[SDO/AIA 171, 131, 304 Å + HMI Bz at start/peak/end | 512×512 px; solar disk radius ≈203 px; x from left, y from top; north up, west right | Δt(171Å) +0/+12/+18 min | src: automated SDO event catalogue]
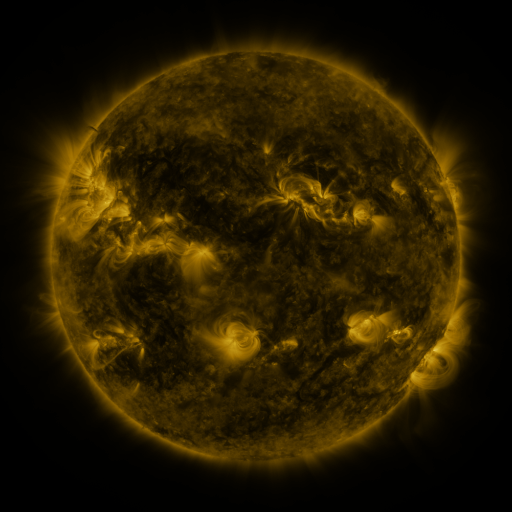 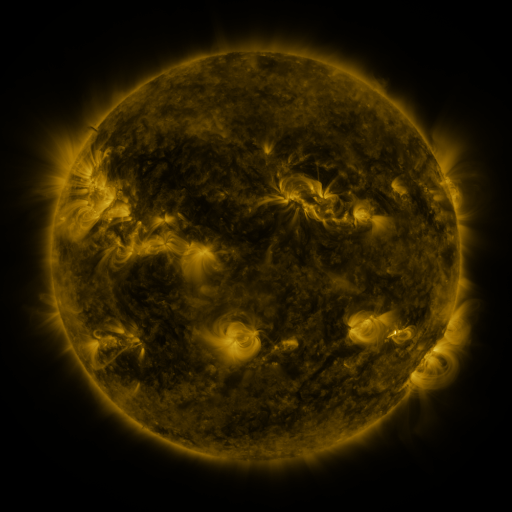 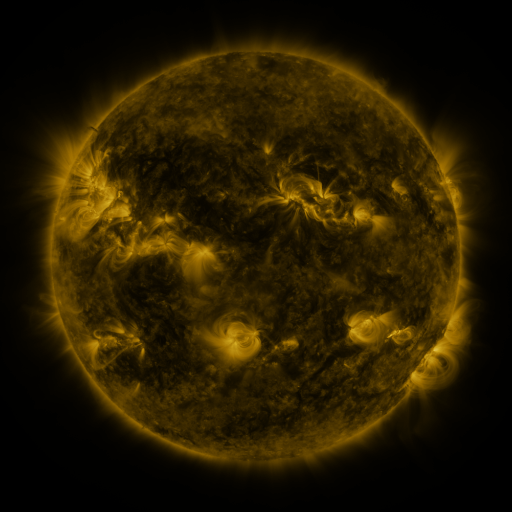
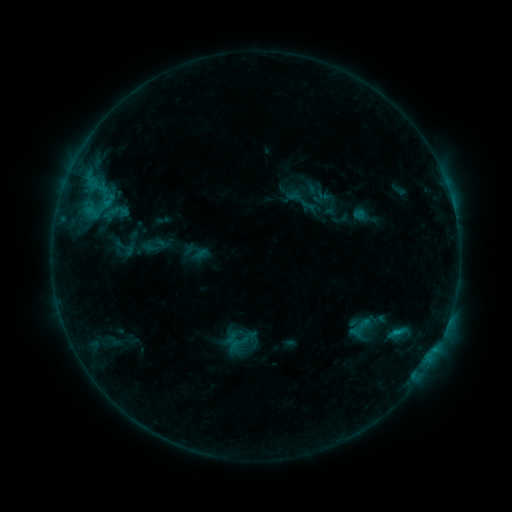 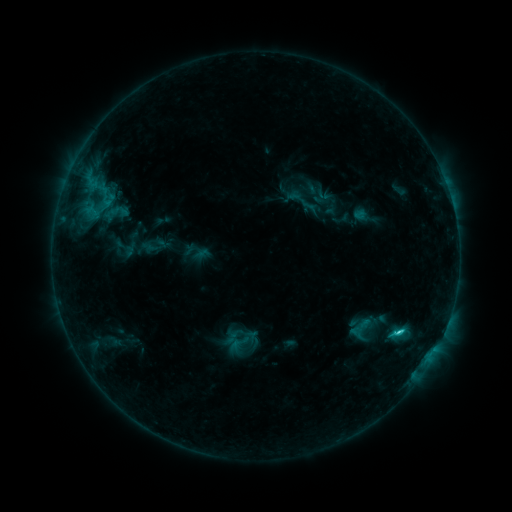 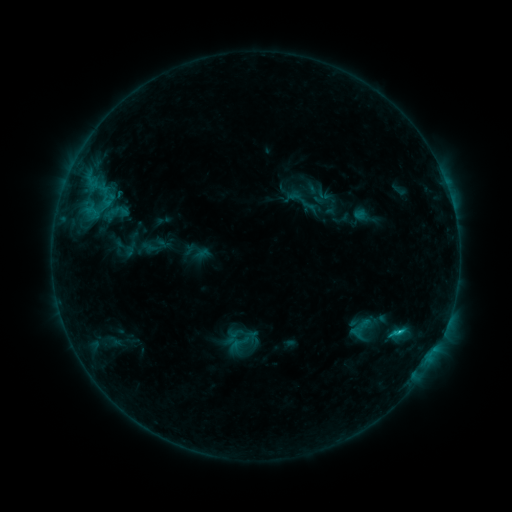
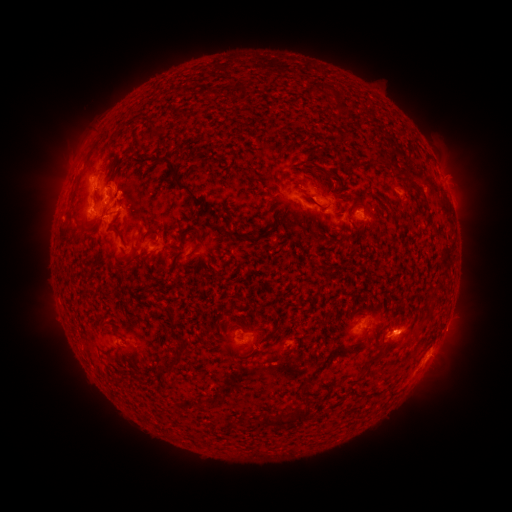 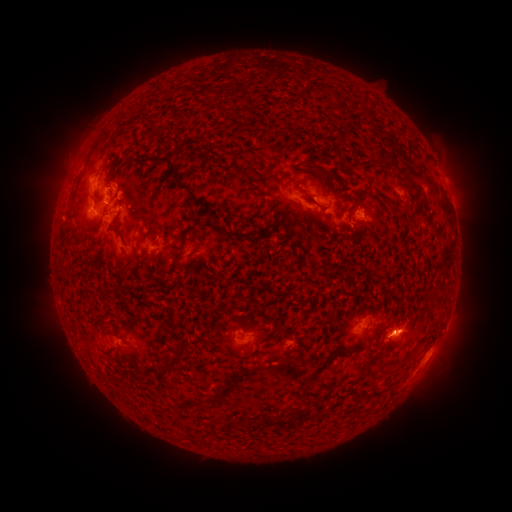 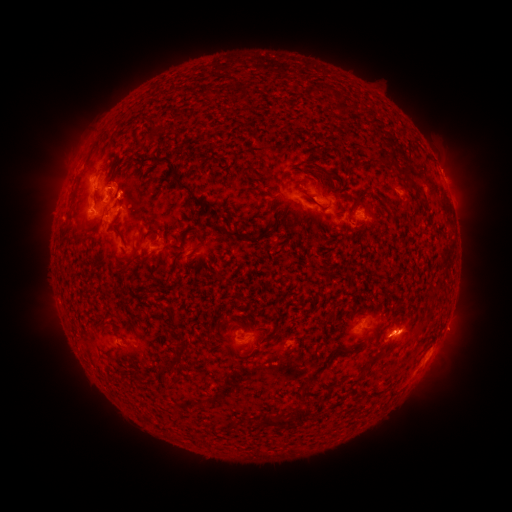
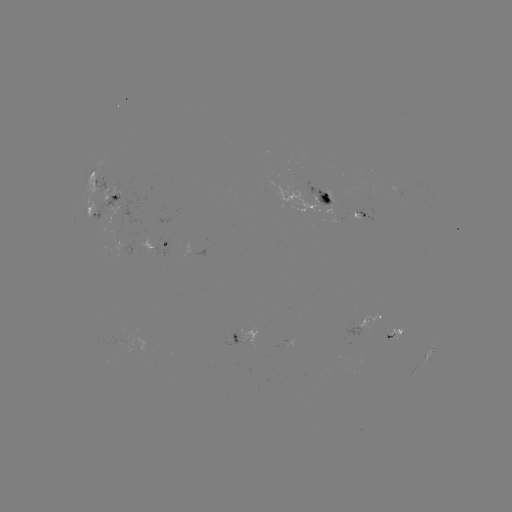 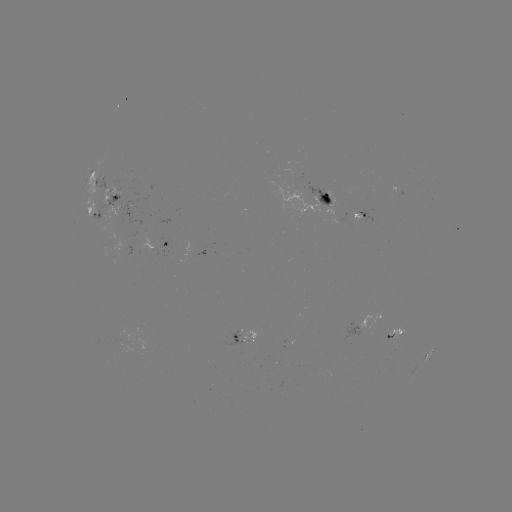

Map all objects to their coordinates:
C1.8 flare: (398, 331)
